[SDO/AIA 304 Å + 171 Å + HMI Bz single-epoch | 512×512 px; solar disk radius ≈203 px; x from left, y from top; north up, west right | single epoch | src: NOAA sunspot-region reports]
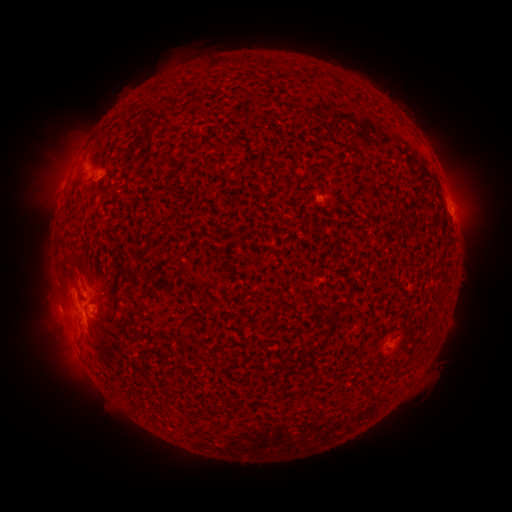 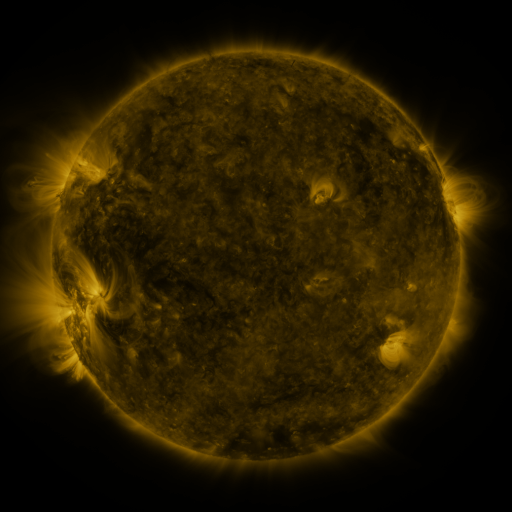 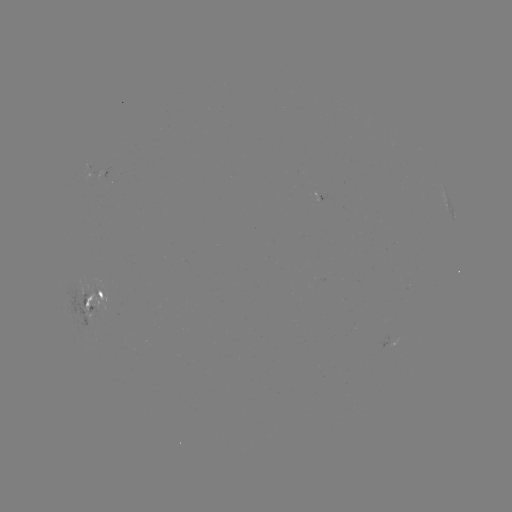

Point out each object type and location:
spotted active region: (108, 169)
spotted active region: (449, 211)
spotted active region: (89, 295)
